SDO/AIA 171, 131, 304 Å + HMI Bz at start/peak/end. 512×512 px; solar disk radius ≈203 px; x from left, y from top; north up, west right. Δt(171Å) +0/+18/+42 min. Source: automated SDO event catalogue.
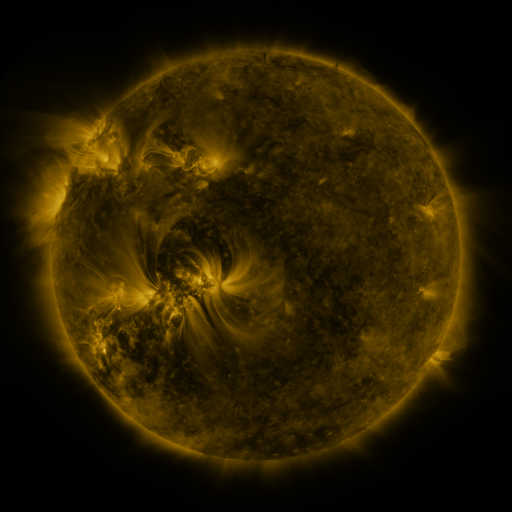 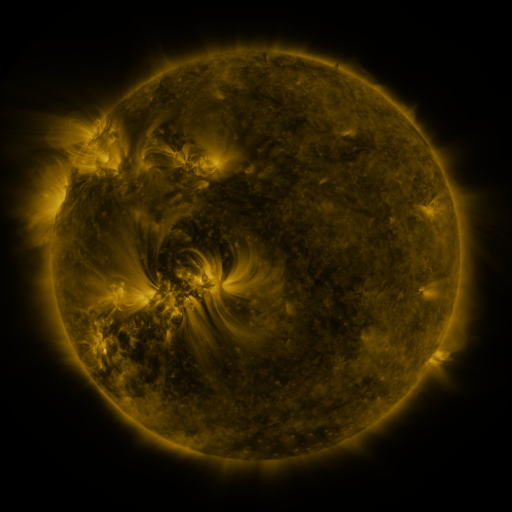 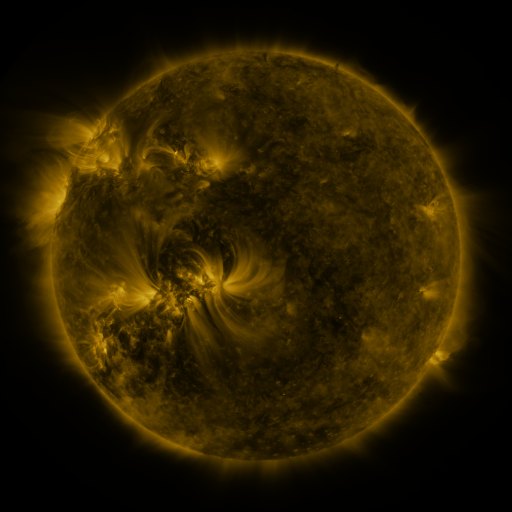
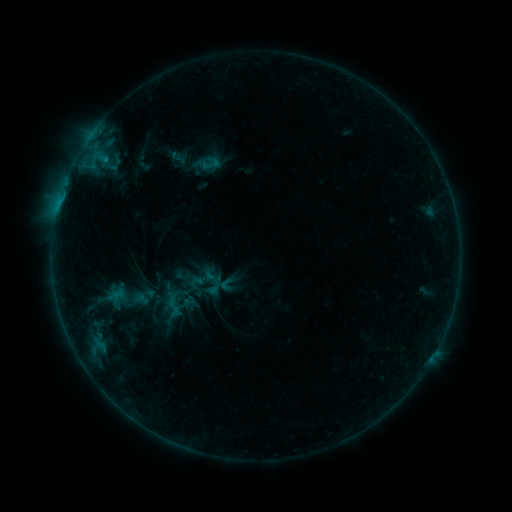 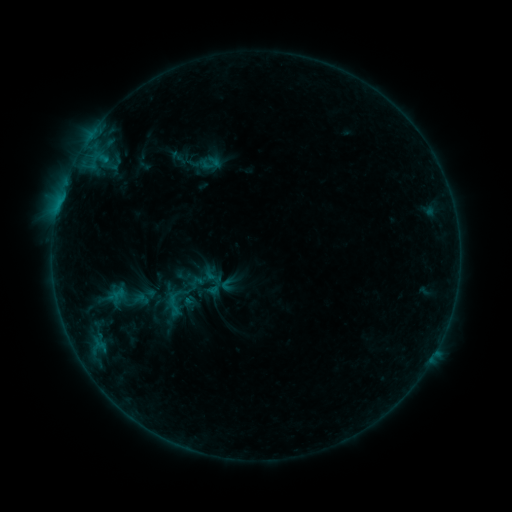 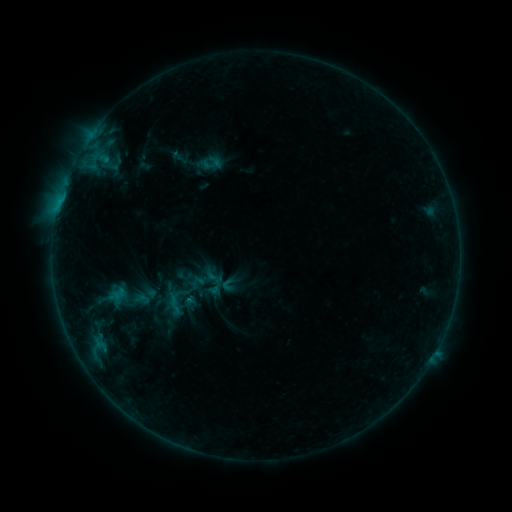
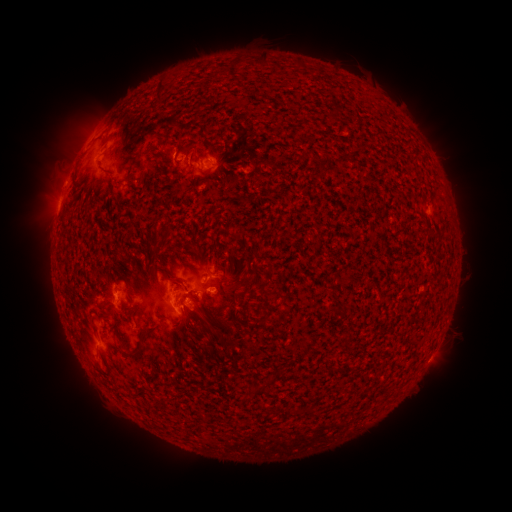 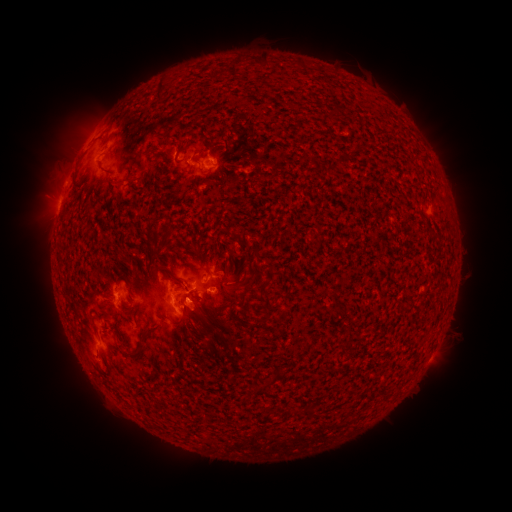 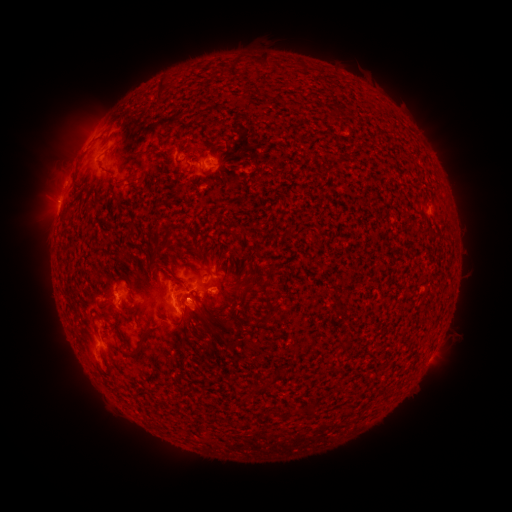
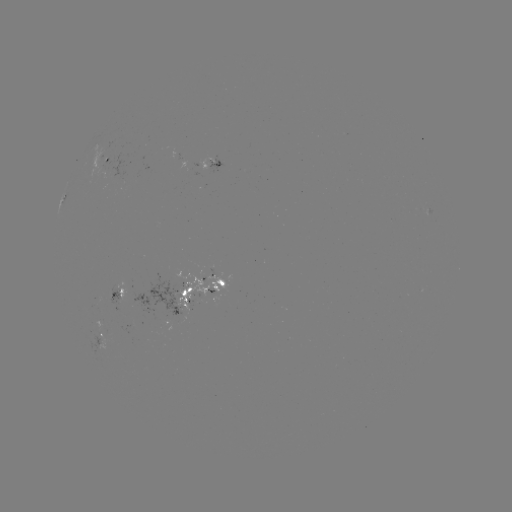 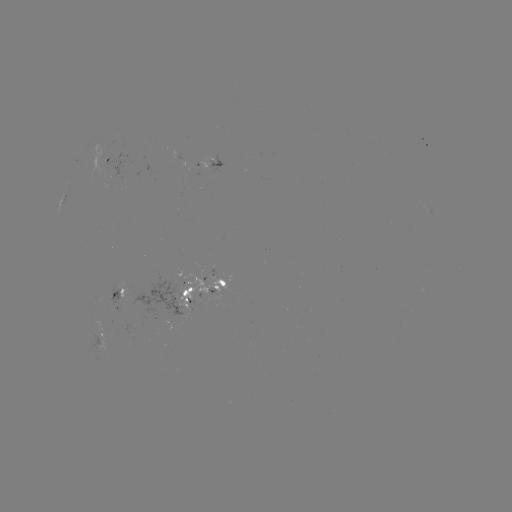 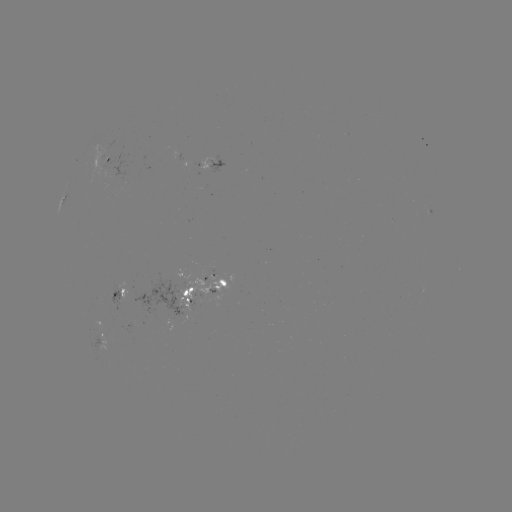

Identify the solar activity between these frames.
nothing was catalogued: no classed flare, no EUV trigger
